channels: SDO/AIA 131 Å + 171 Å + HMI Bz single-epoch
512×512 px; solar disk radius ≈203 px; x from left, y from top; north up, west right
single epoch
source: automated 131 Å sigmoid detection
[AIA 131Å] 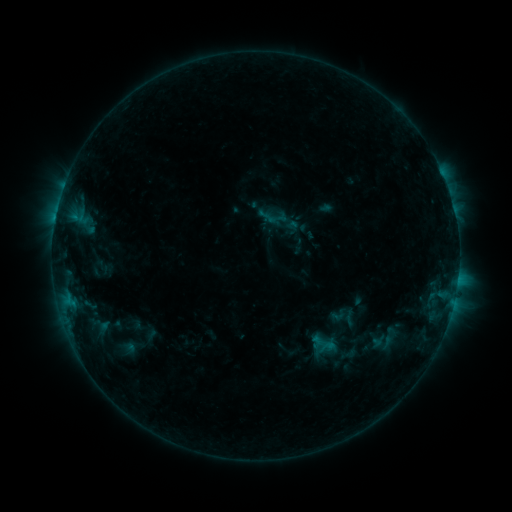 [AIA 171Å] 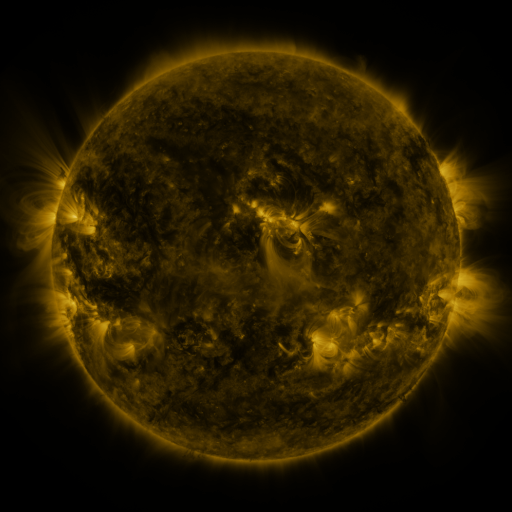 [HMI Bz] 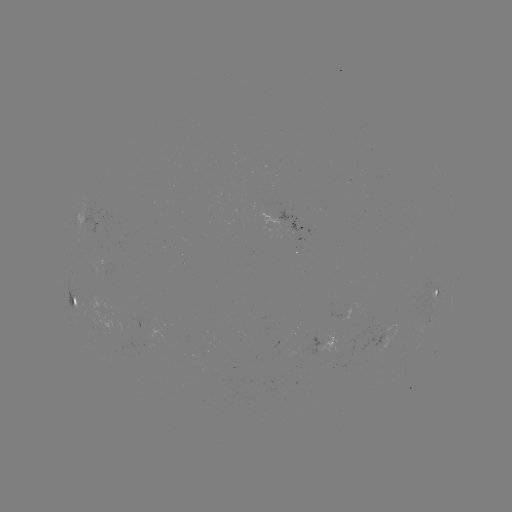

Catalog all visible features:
sigmoid: (337, 315)
